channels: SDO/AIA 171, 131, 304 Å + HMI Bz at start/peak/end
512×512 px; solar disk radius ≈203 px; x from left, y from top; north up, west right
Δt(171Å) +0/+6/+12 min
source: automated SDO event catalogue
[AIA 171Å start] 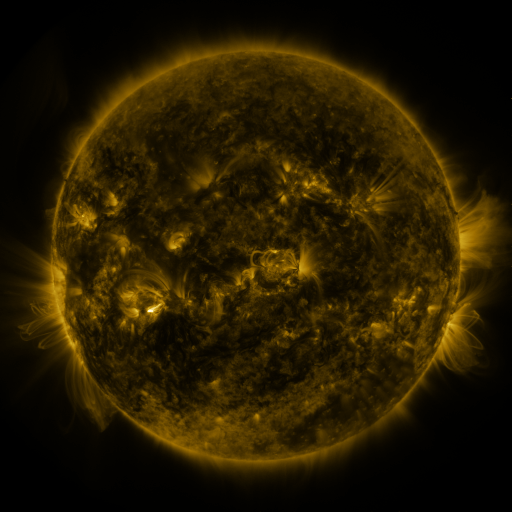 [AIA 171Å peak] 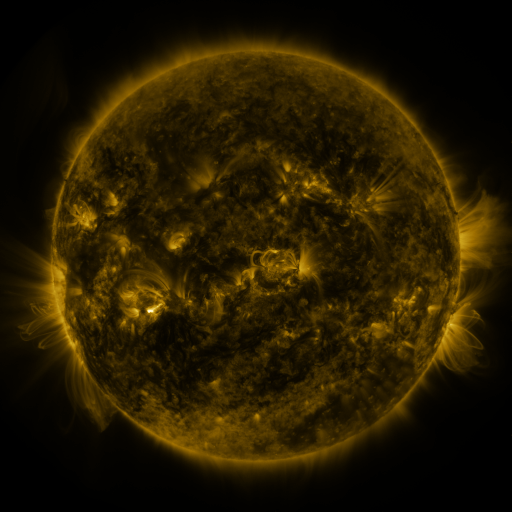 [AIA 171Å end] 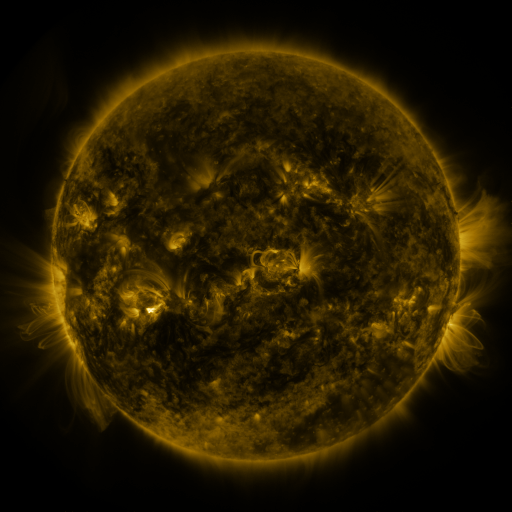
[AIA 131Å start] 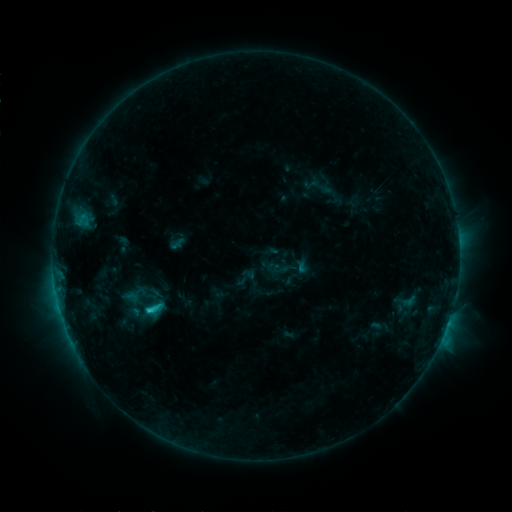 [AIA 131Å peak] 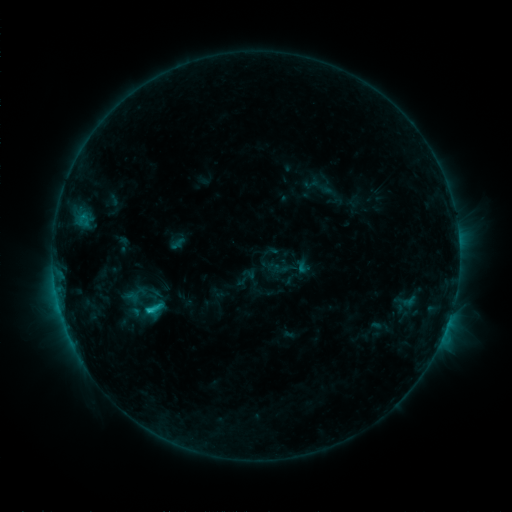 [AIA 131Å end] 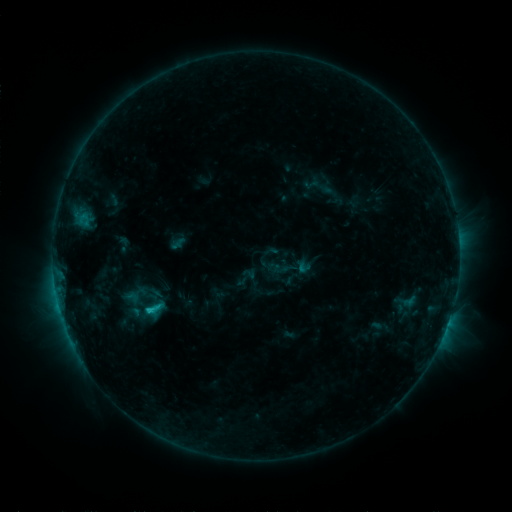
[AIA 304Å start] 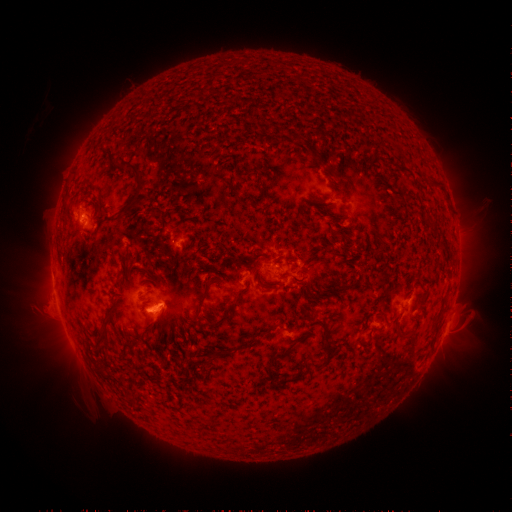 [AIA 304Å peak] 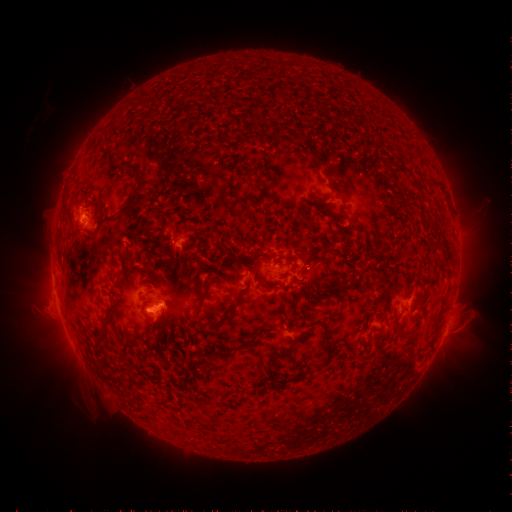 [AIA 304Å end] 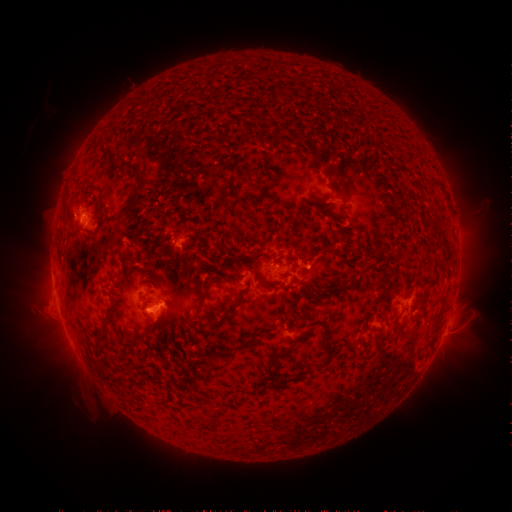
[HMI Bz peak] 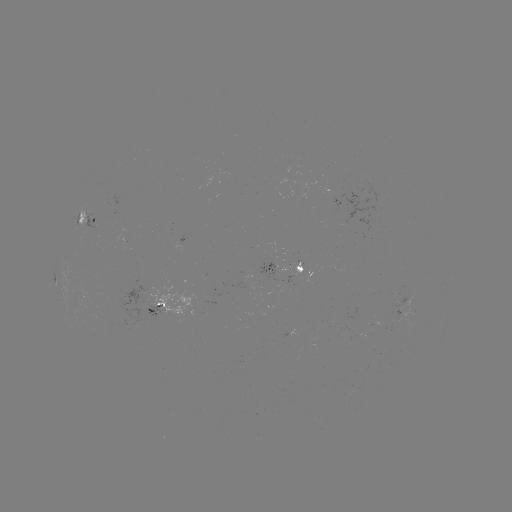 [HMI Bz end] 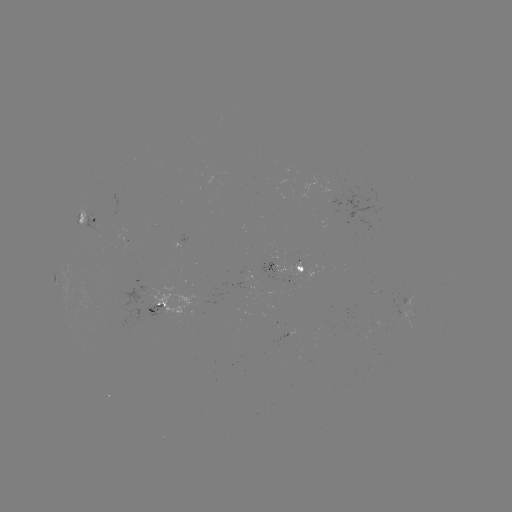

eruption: [288, 236, 334, 281]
